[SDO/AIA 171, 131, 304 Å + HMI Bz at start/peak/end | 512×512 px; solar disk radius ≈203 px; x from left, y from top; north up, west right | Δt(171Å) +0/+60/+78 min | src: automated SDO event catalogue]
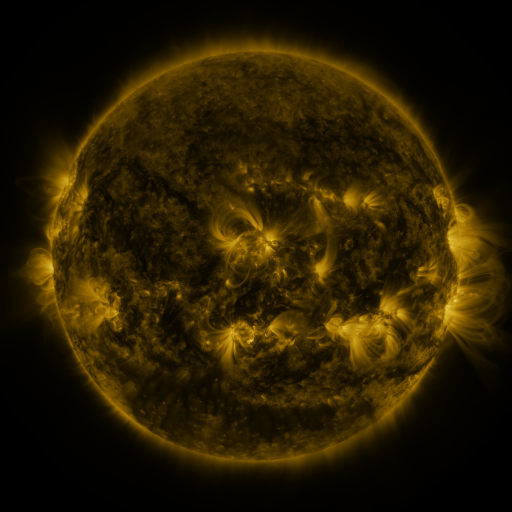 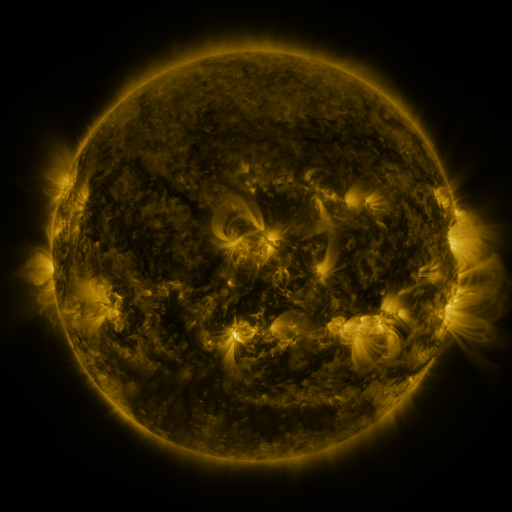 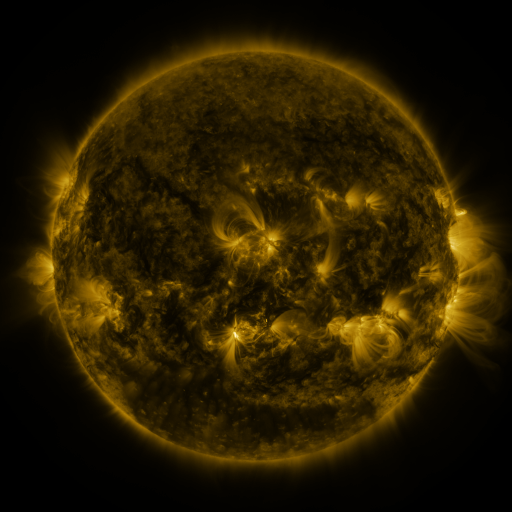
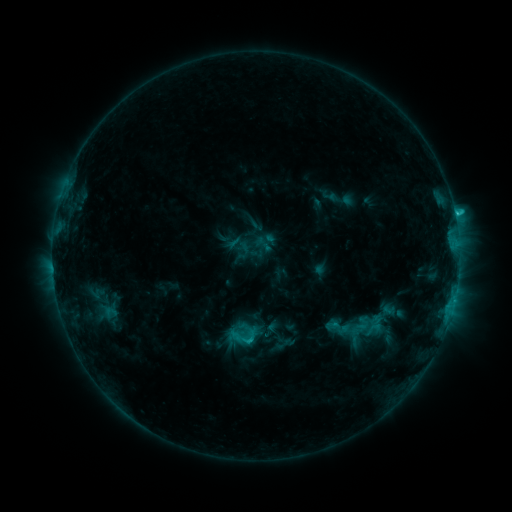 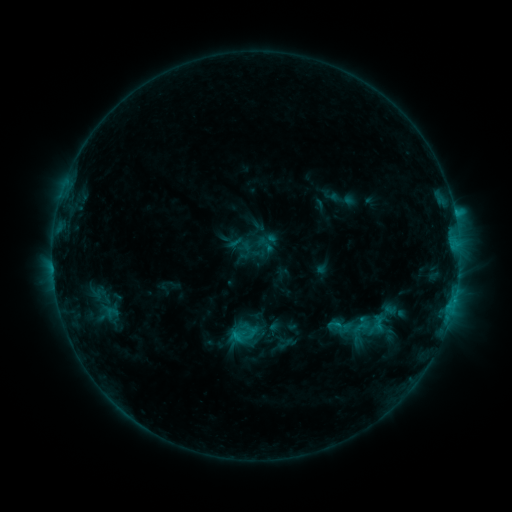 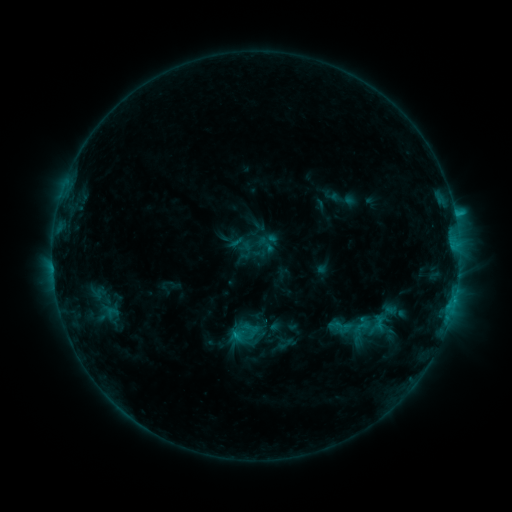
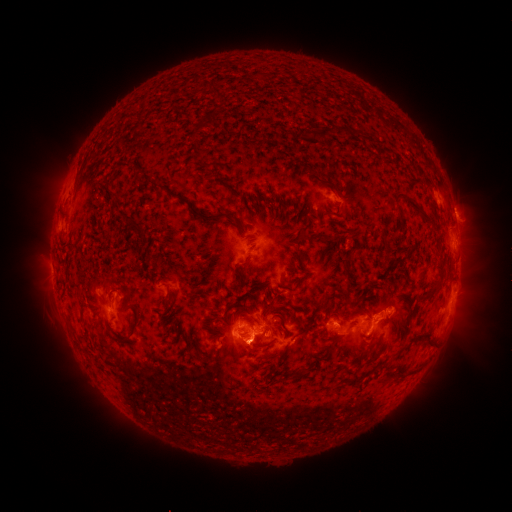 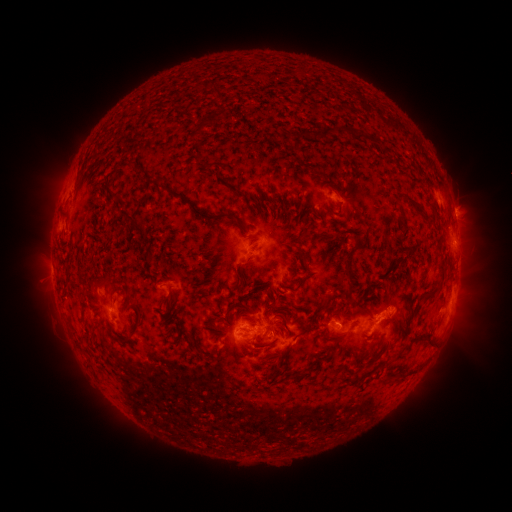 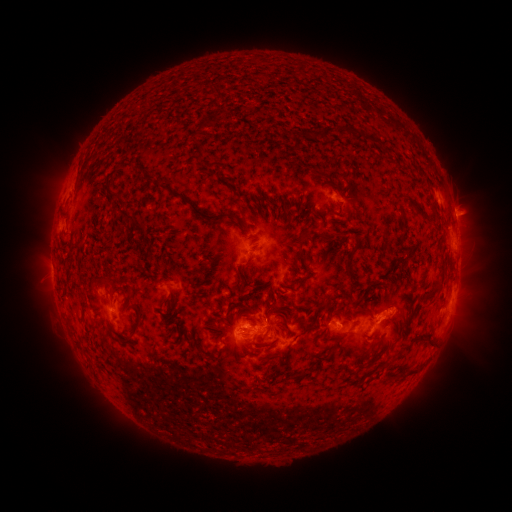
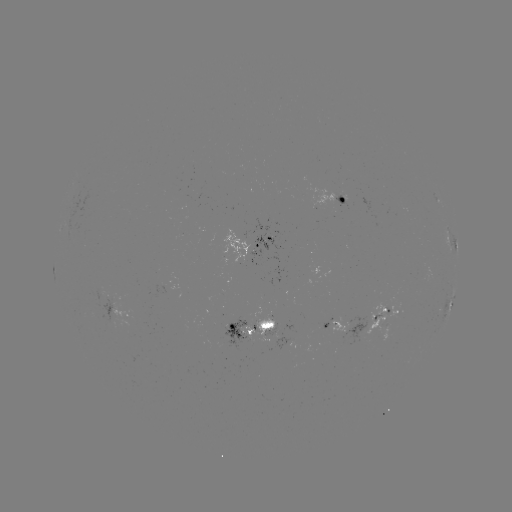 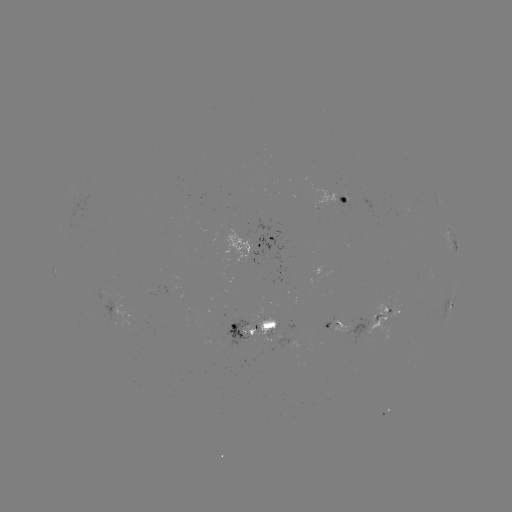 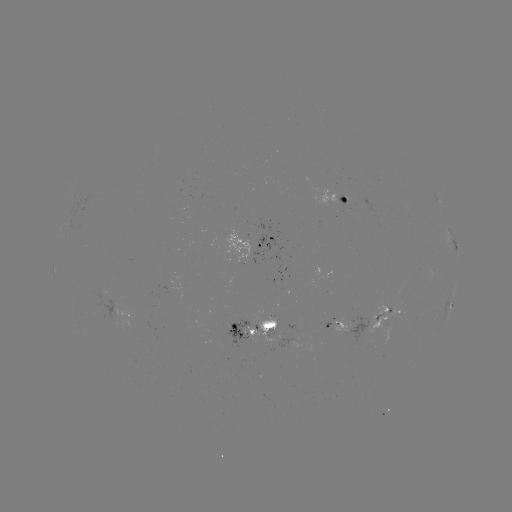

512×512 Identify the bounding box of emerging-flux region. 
[163, 281, 181, 296].